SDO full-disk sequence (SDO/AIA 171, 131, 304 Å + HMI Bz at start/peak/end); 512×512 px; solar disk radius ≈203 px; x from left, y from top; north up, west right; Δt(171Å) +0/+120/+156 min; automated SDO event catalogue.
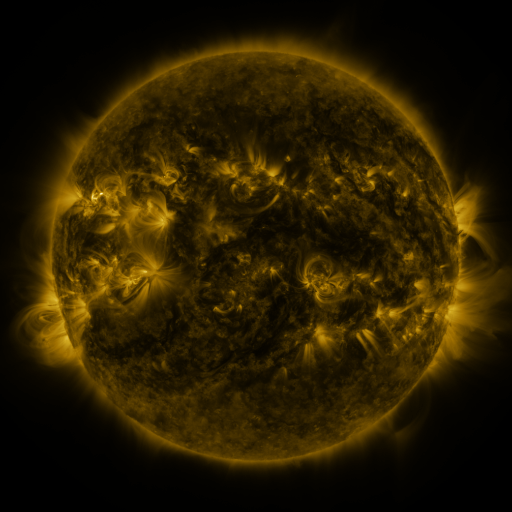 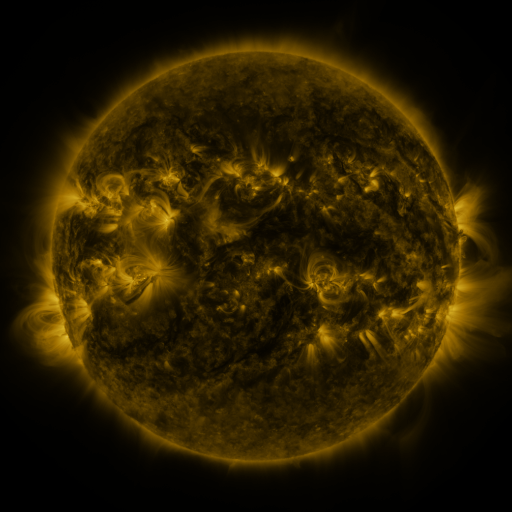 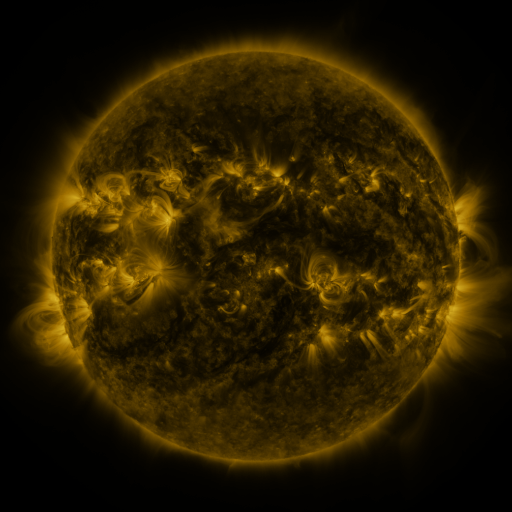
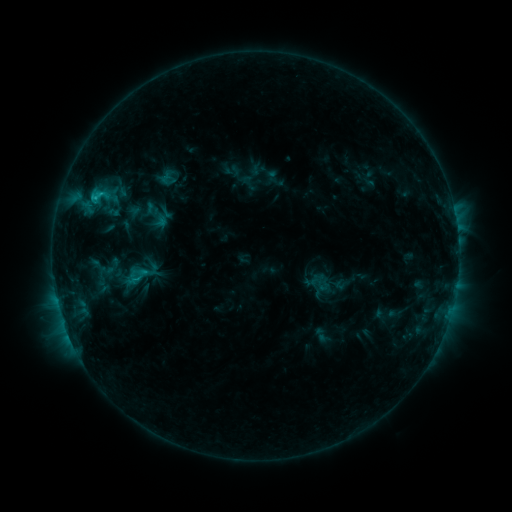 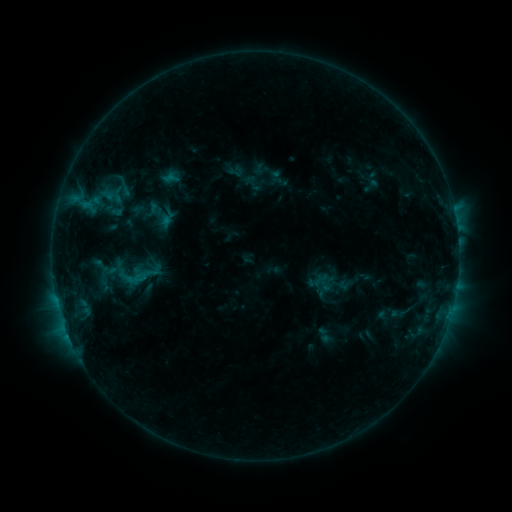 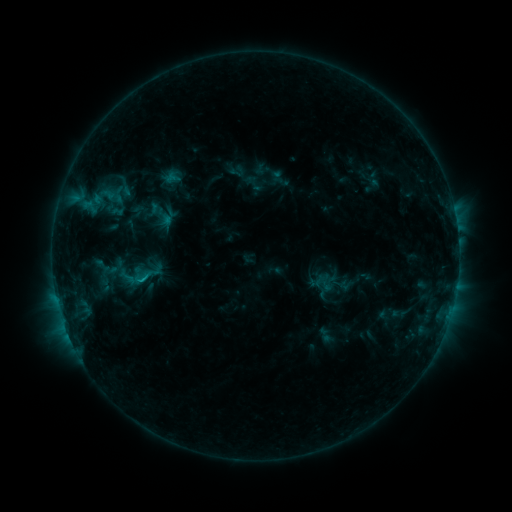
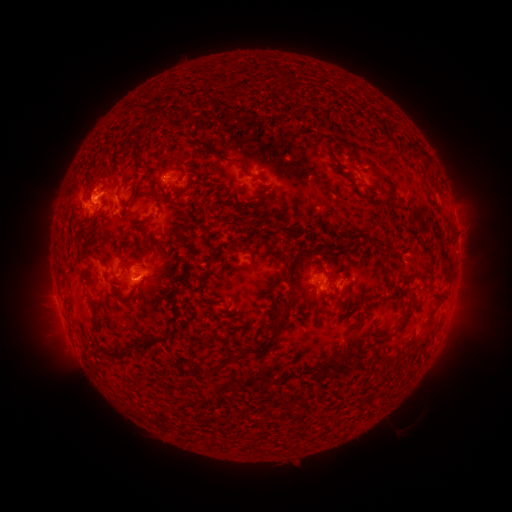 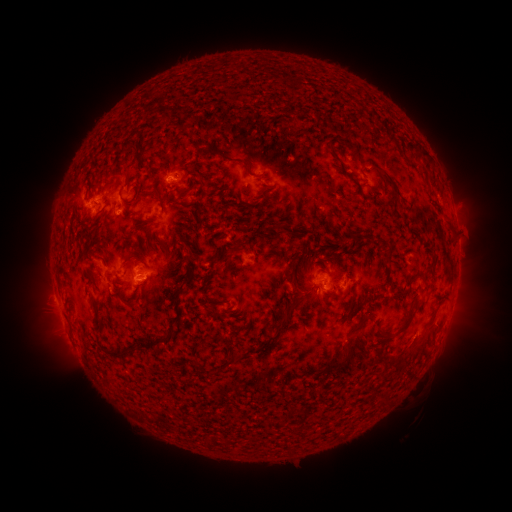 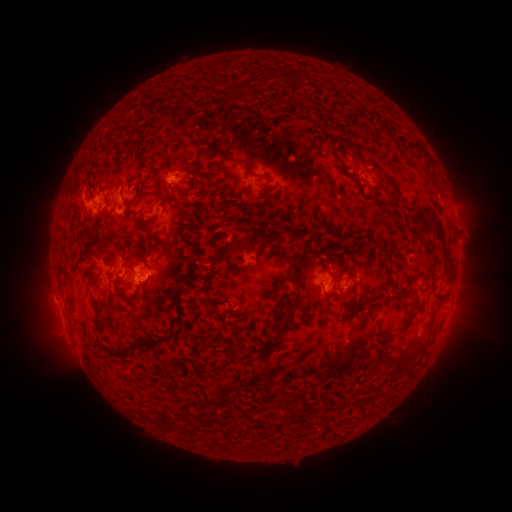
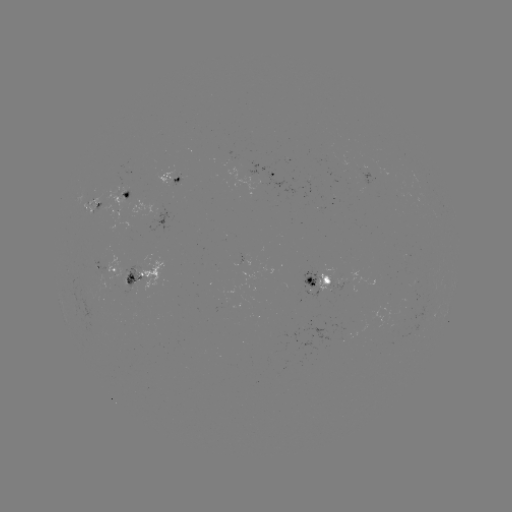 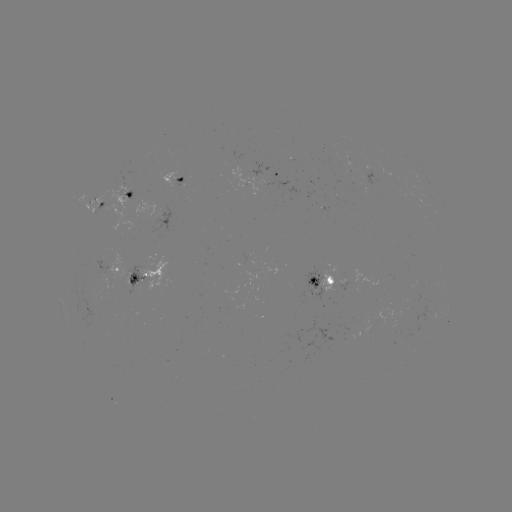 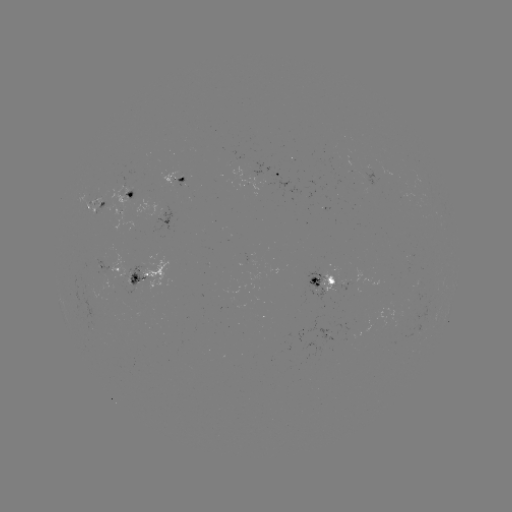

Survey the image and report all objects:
emerging-flux region: (94, 202)
